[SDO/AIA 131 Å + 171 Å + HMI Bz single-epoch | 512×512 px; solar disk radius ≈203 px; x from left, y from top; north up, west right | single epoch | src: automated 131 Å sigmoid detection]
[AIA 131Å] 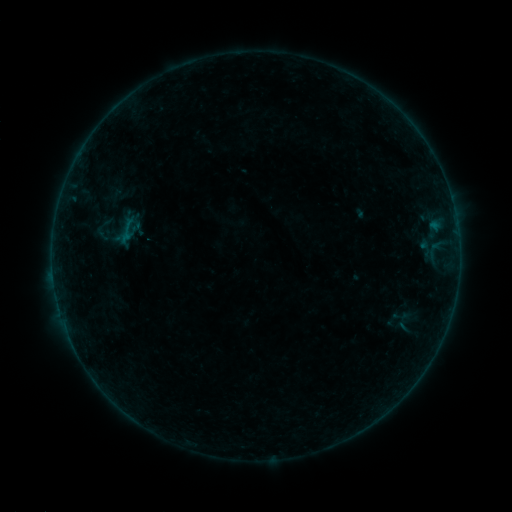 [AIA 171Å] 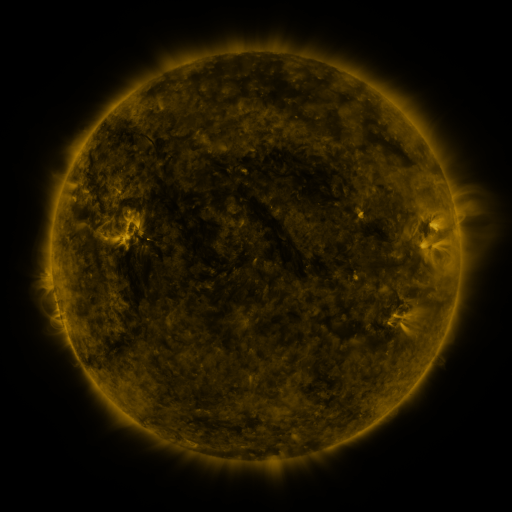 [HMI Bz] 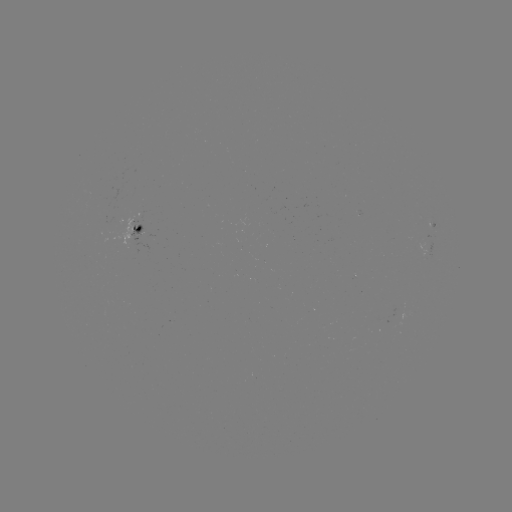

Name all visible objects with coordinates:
sigmoid: (127, 230)
